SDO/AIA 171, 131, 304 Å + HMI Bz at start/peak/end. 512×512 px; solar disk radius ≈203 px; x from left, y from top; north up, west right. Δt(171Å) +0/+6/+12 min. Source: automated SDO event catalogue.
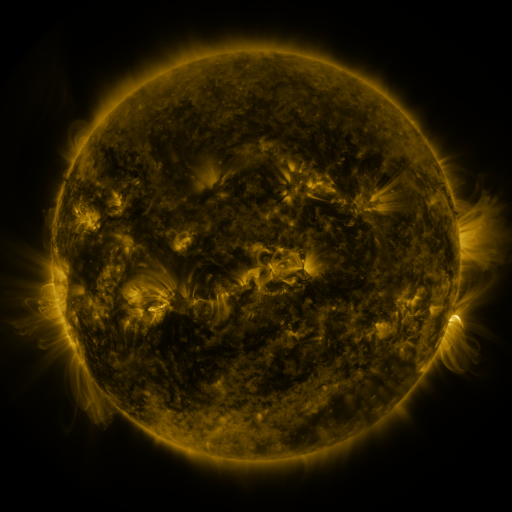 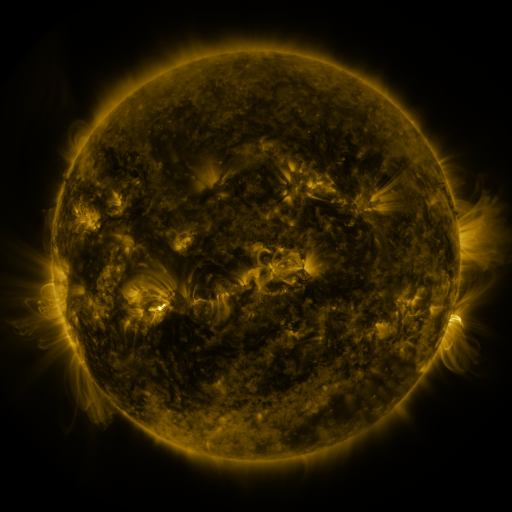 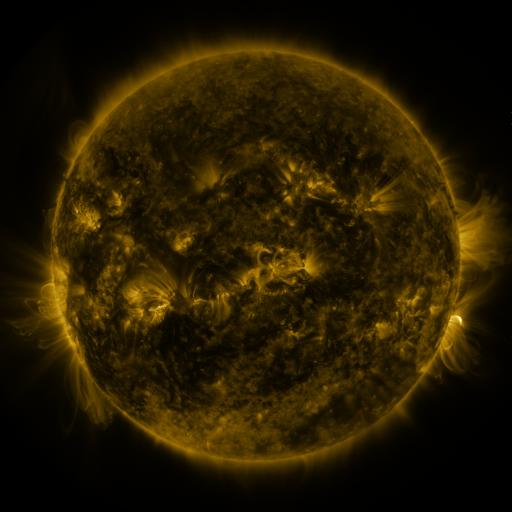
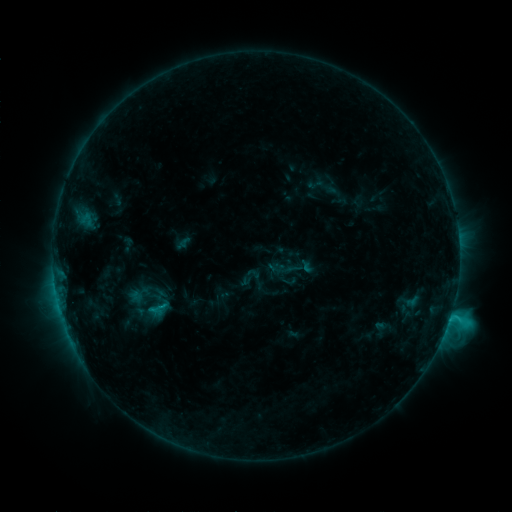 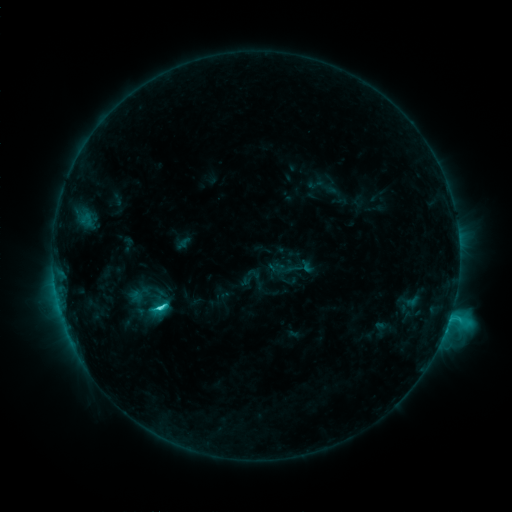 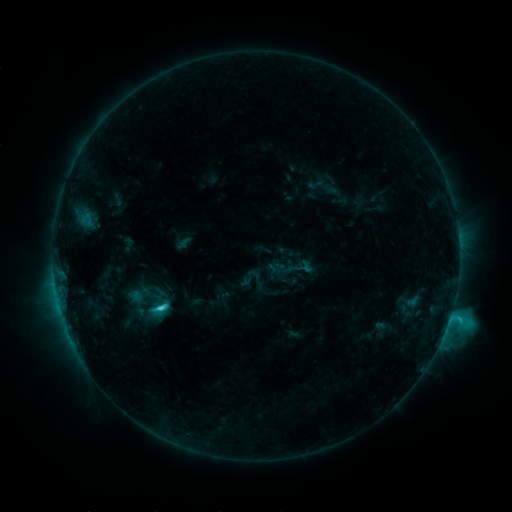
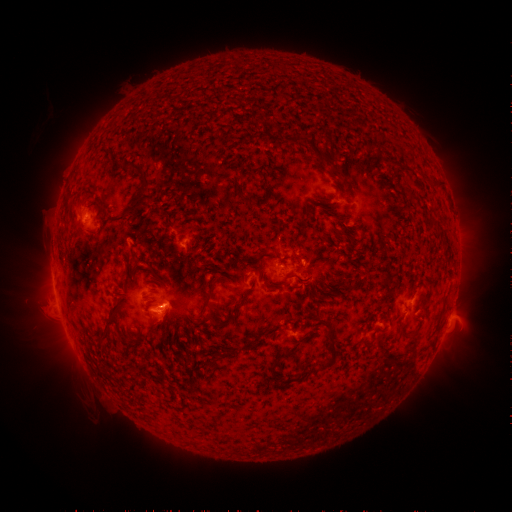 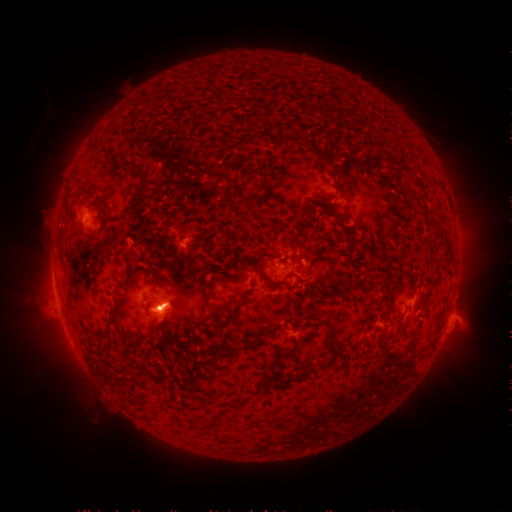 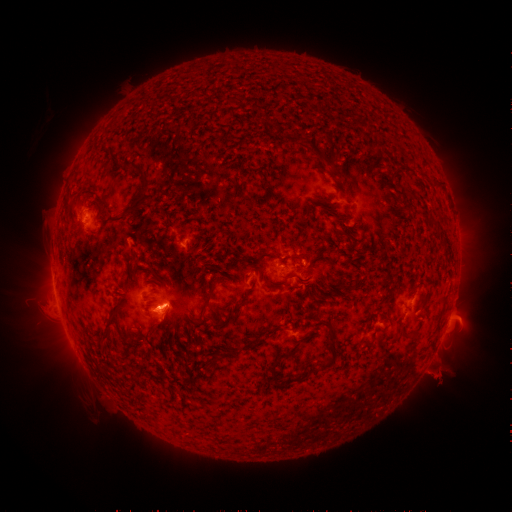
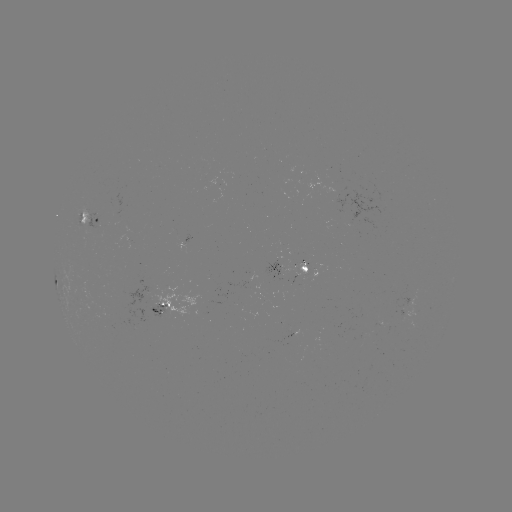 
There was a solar eruption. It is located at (161, 315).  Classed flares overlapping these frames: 1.